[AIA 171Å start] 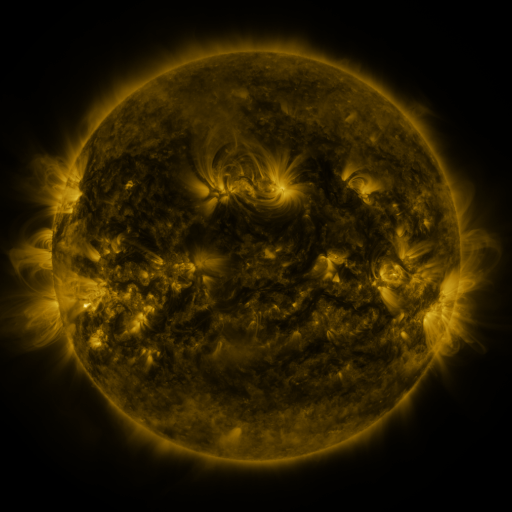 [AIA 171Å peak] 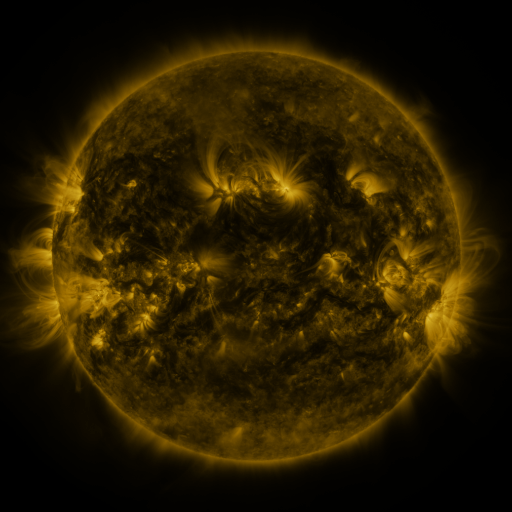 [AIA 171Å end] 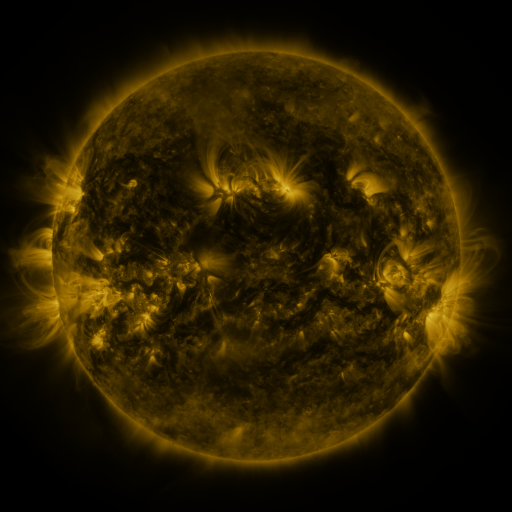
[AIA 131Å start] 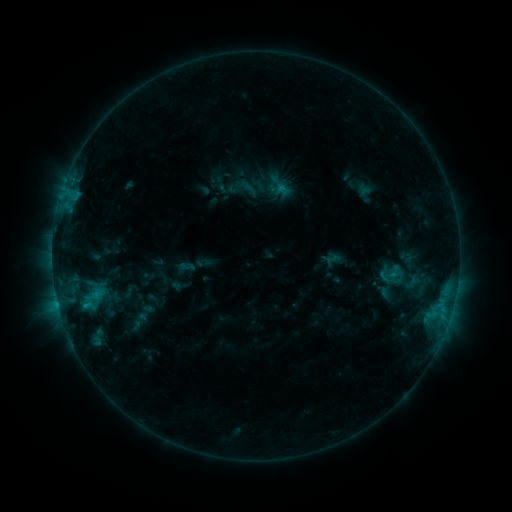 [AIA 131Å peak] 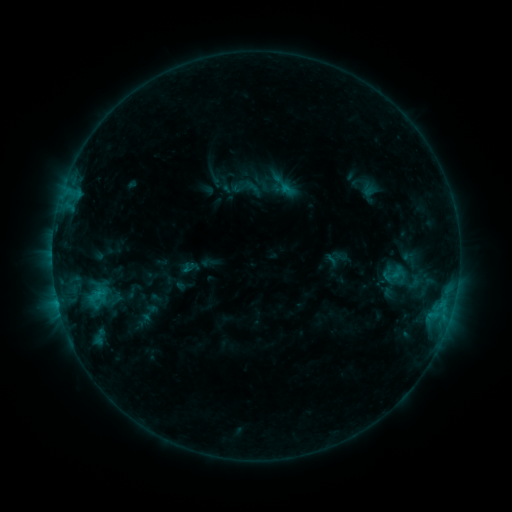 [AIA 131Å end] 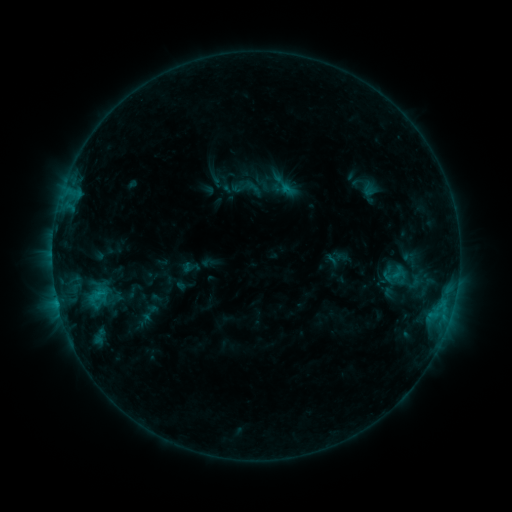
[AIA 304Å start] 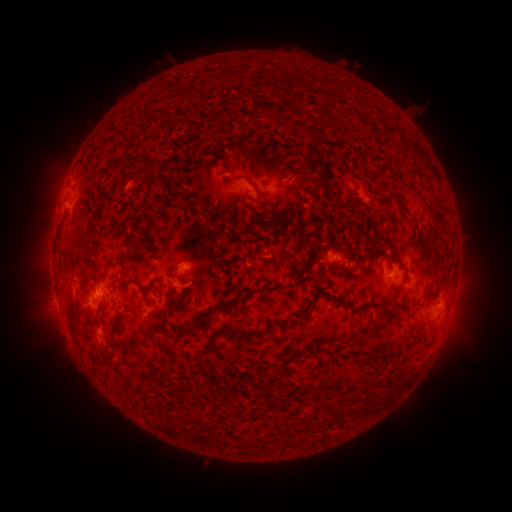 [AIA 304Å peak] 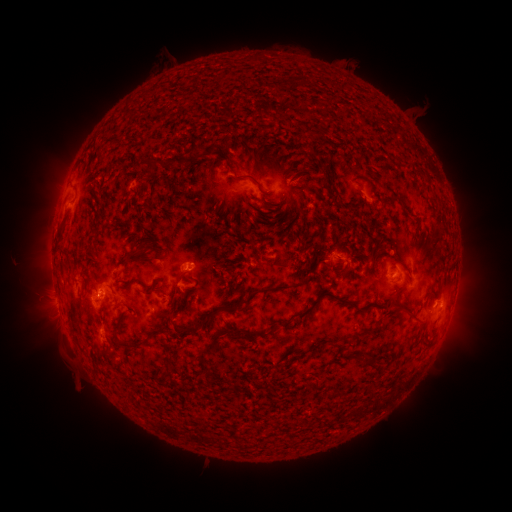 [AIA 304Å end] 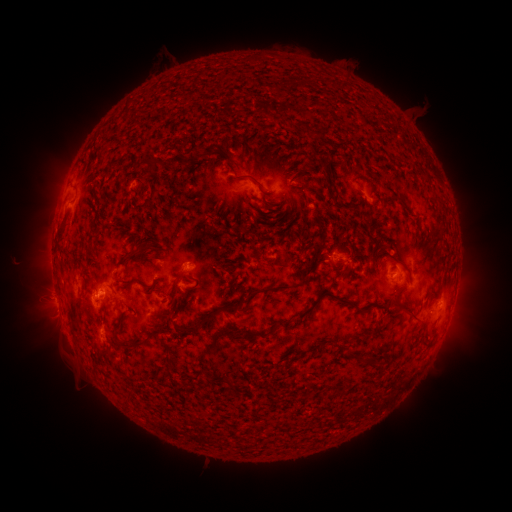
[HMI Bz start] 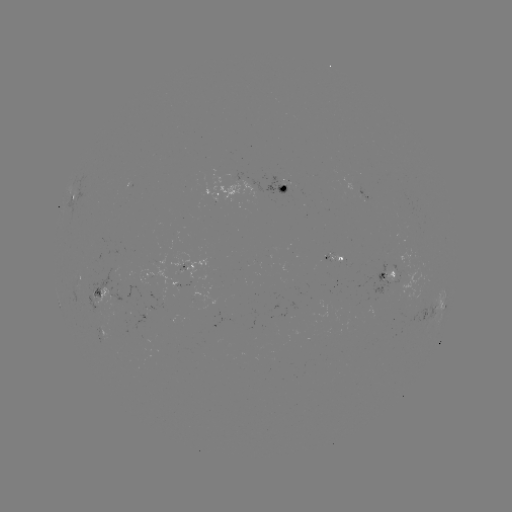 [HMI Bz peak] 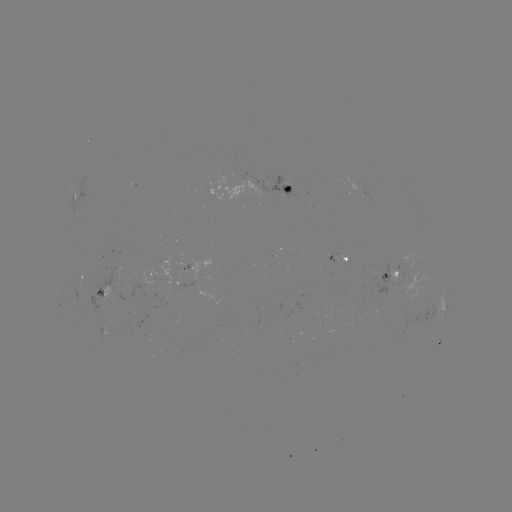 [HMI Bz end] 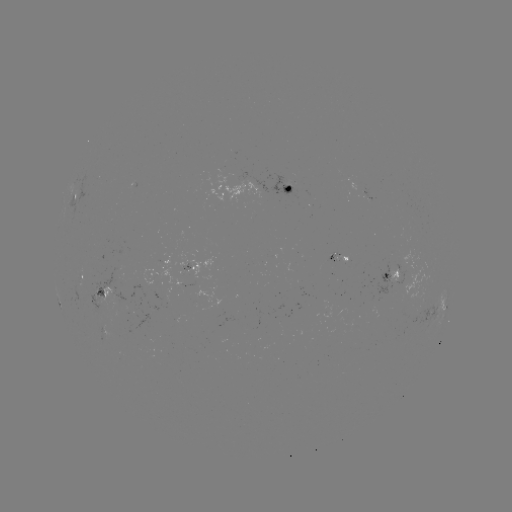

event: emerging-flux region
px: (332, 256)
